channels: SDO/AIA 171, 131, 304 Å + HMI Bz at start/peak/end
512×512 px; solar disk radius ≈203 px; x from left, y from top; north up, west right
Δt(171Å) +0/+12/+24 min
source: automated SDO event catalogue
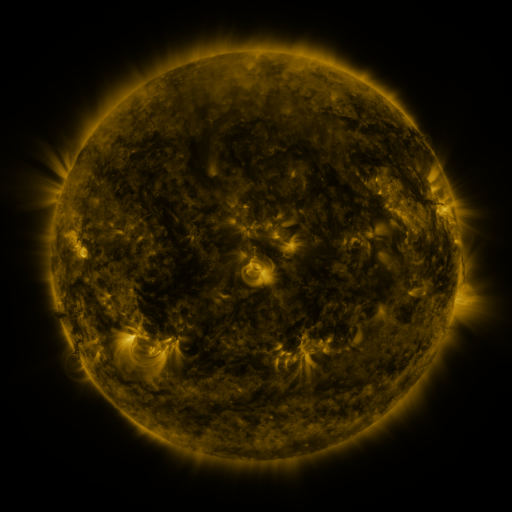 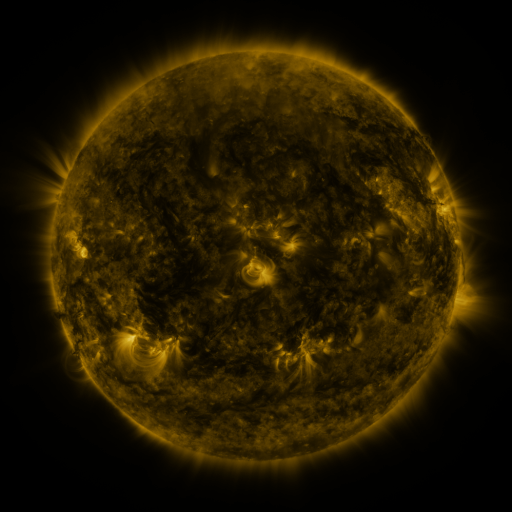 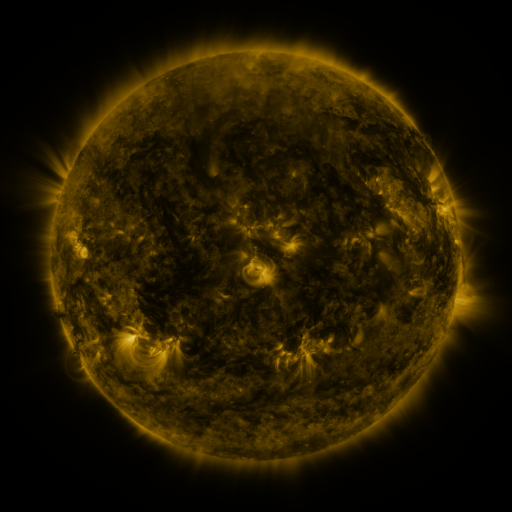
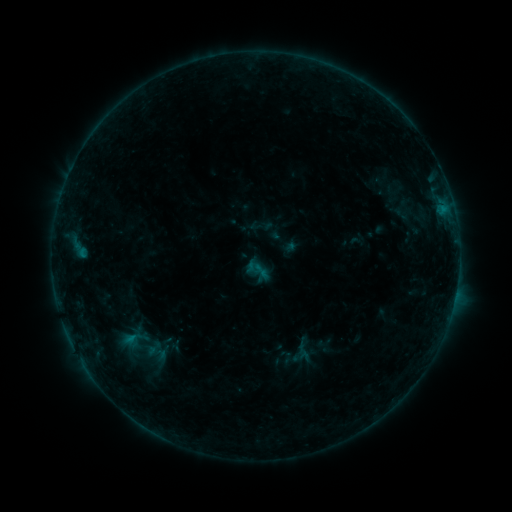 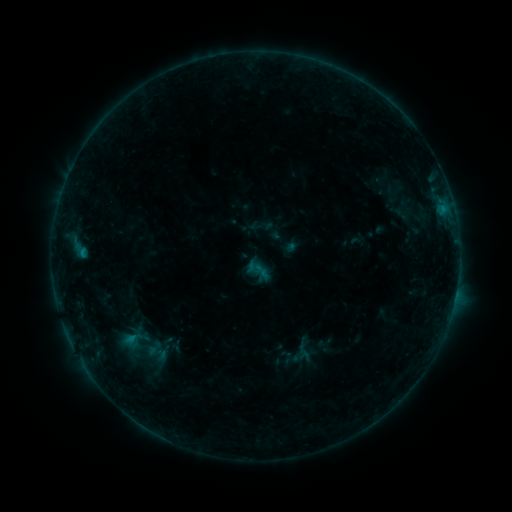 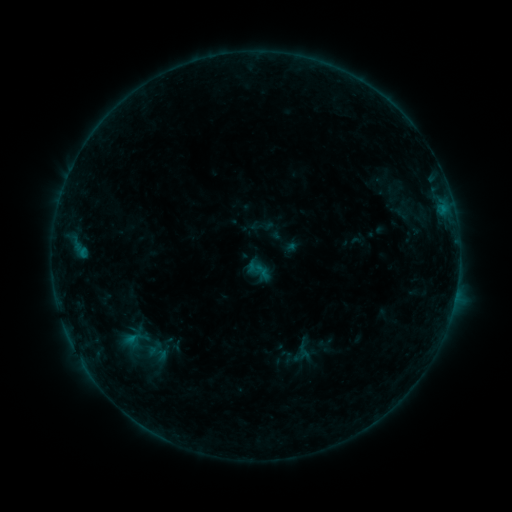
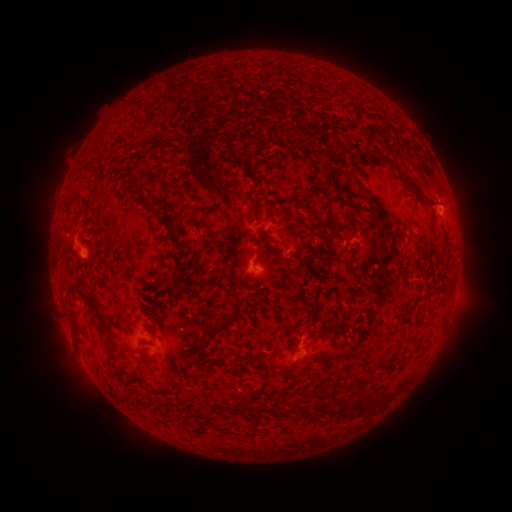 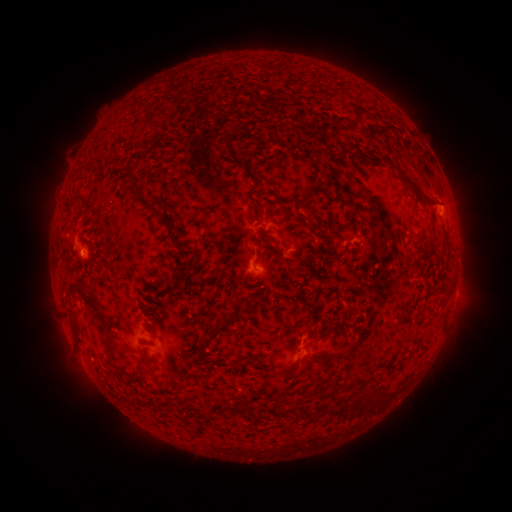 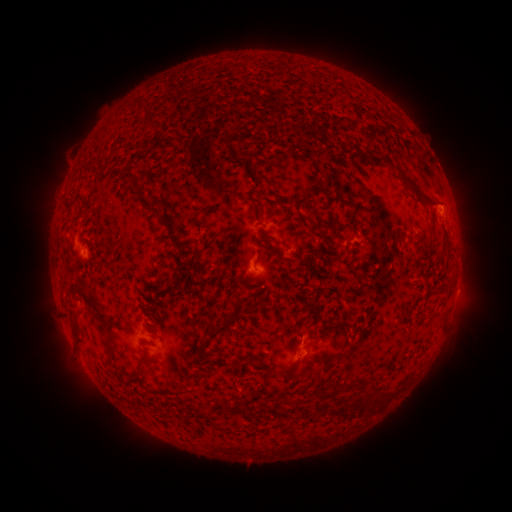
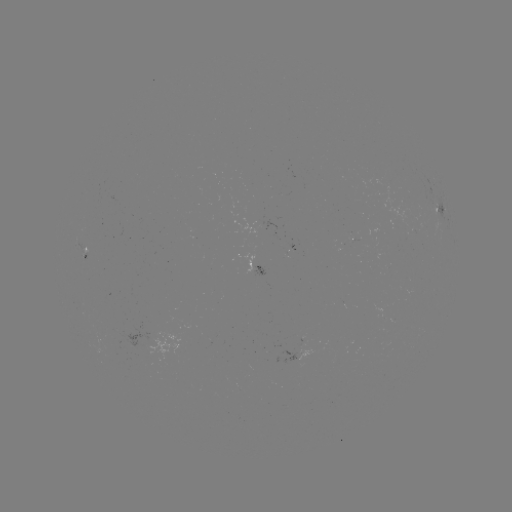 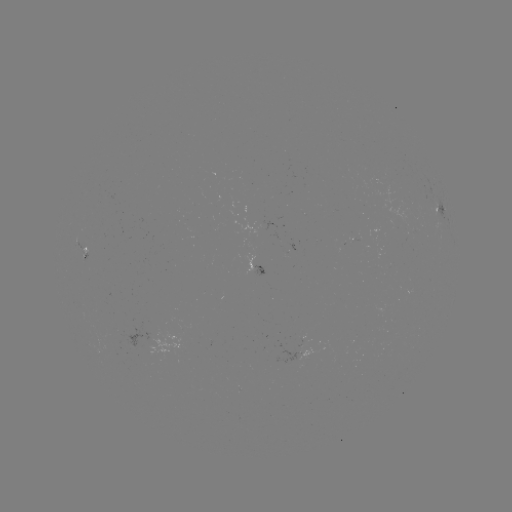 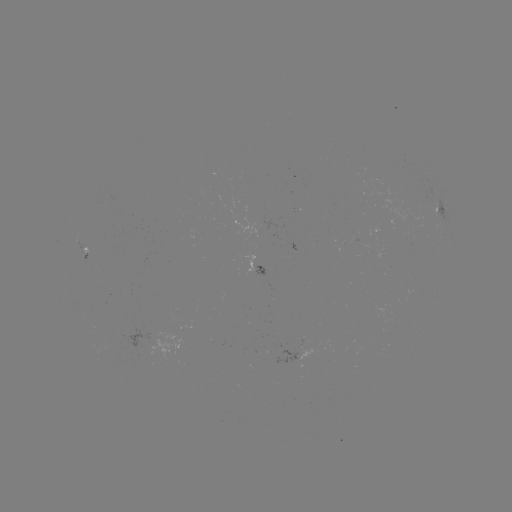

no flare in any classed list; no EUV-trigger detection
